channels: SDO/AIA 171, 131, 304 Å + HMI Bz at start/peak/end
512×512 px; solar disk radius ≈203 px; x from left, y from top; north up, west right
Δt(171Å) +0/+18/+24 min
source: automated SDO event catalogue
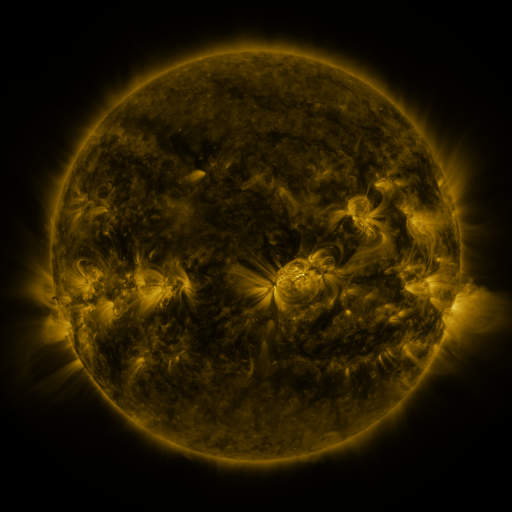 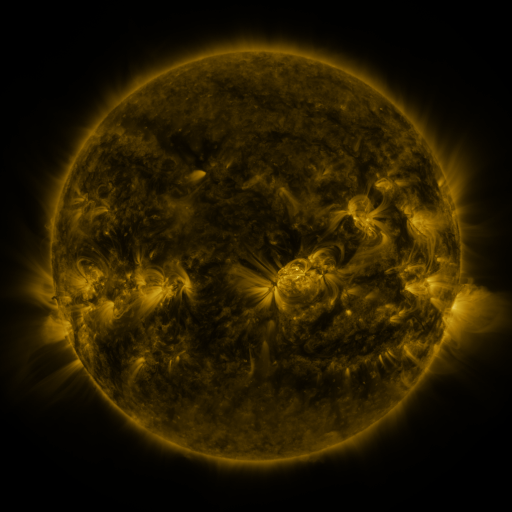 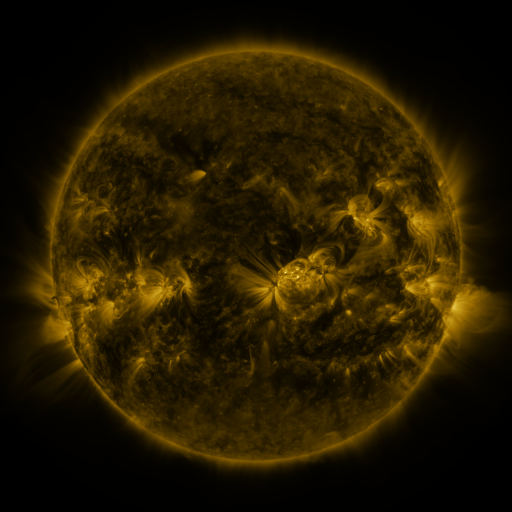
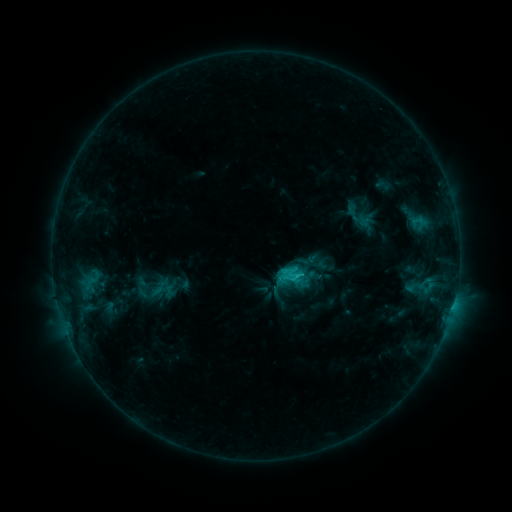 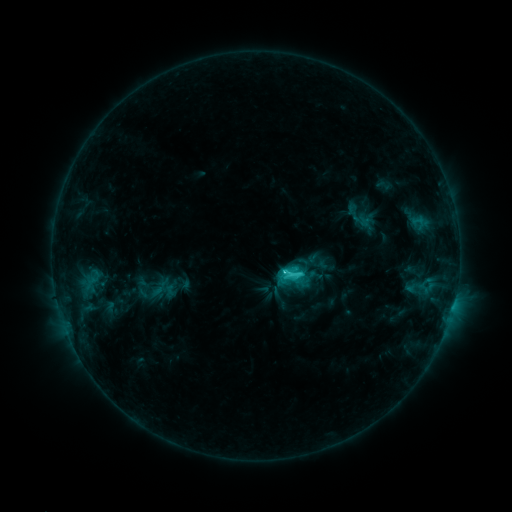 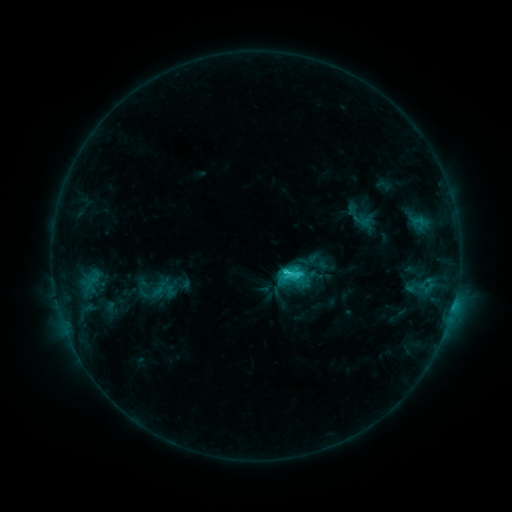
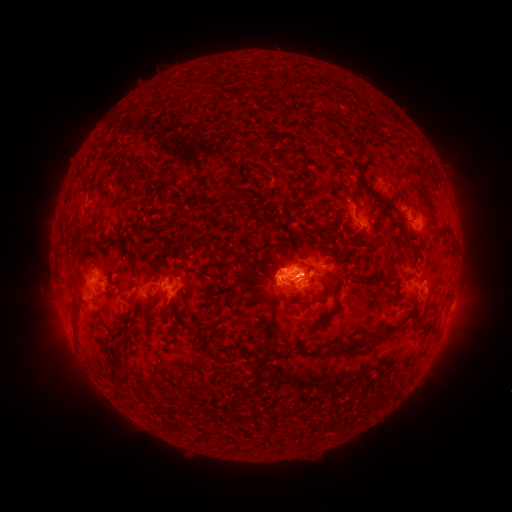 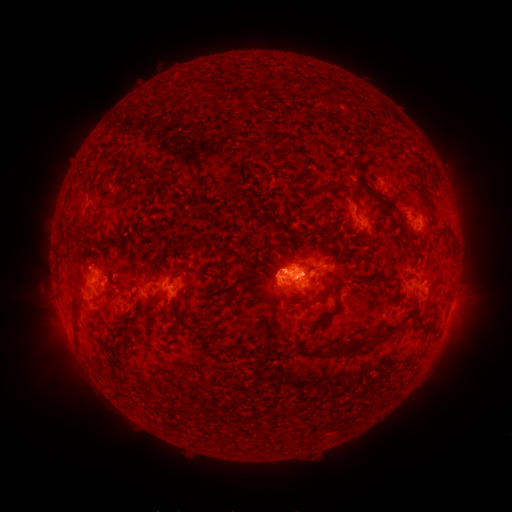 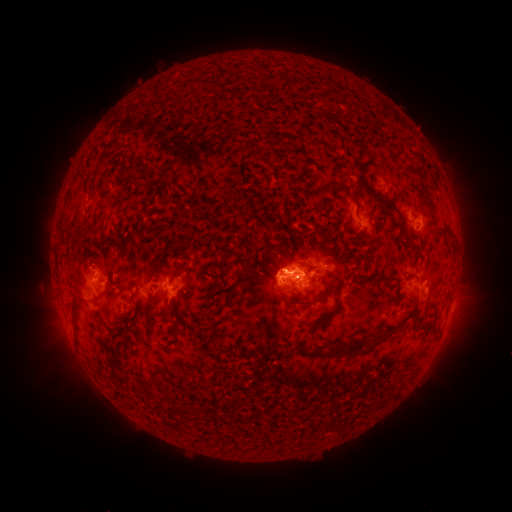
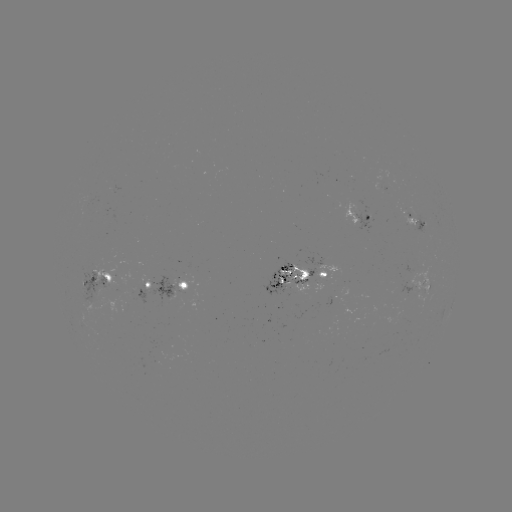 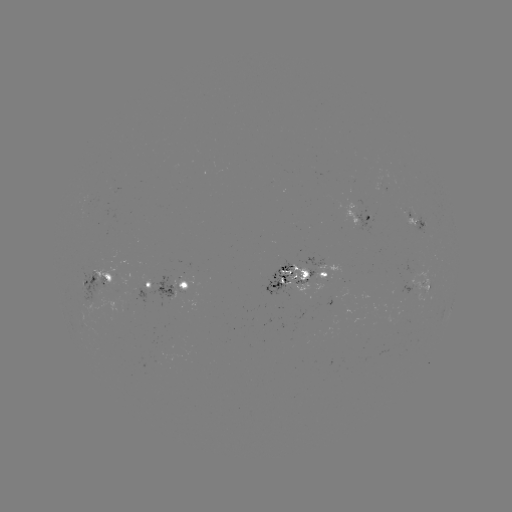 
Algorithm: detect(C3.2 flare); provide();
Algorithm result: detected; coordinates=(283, 271)